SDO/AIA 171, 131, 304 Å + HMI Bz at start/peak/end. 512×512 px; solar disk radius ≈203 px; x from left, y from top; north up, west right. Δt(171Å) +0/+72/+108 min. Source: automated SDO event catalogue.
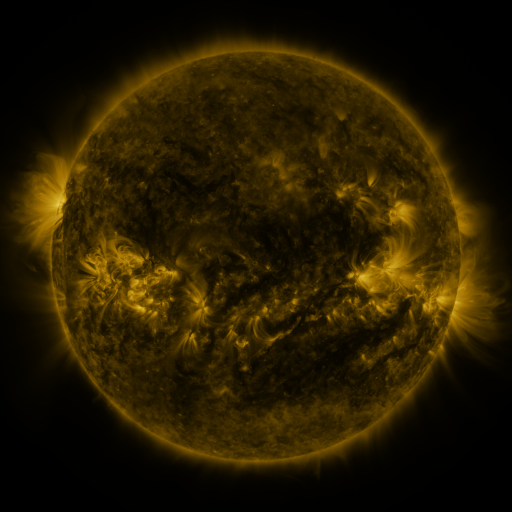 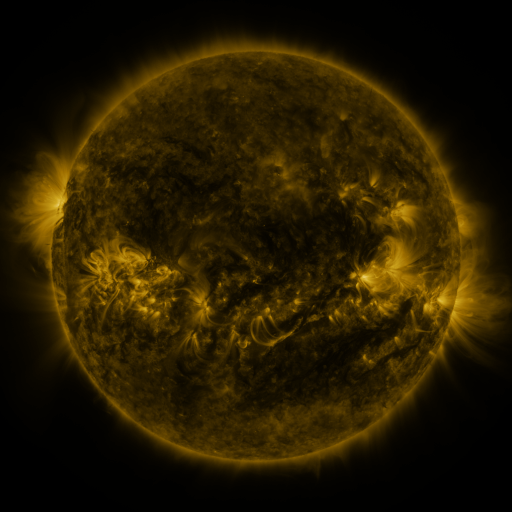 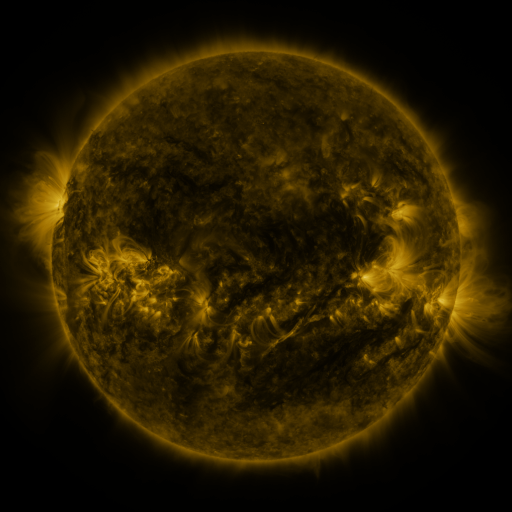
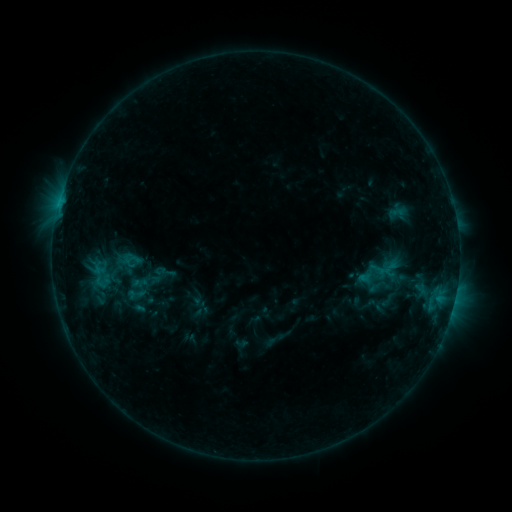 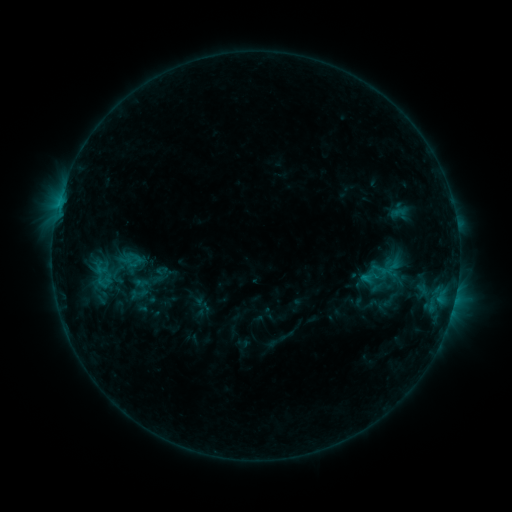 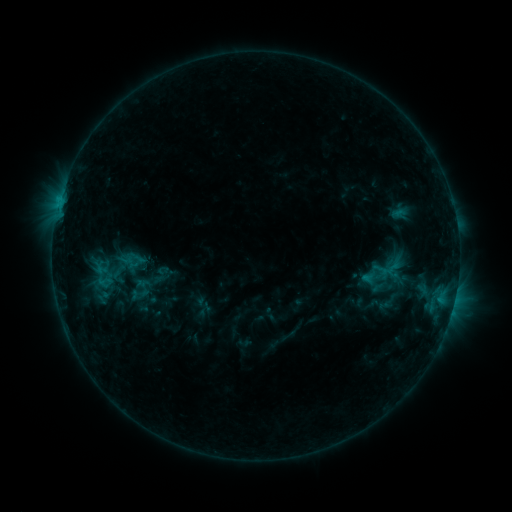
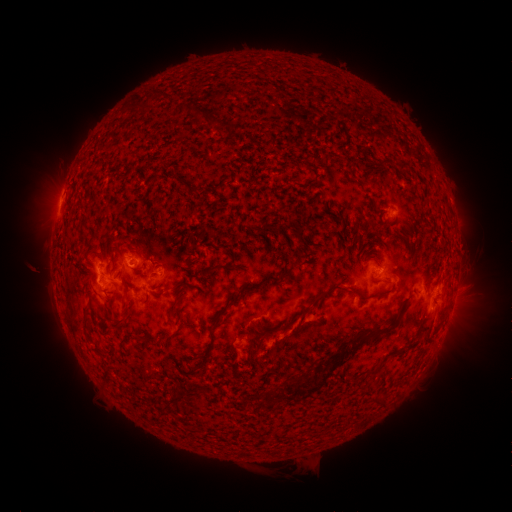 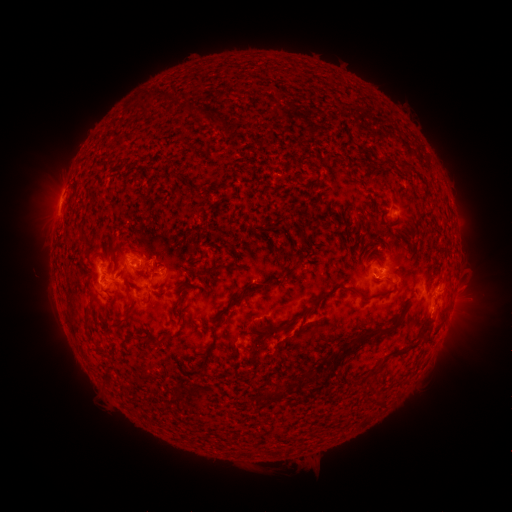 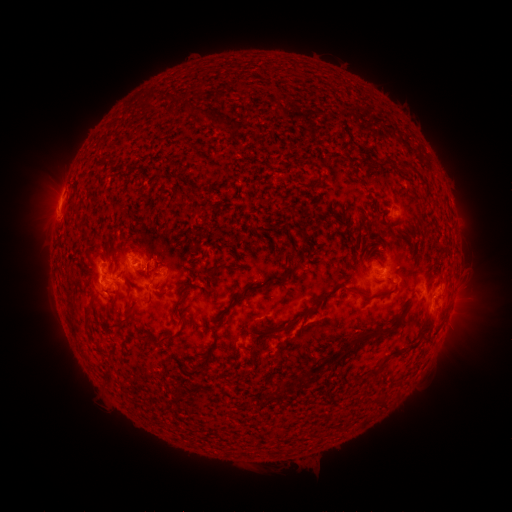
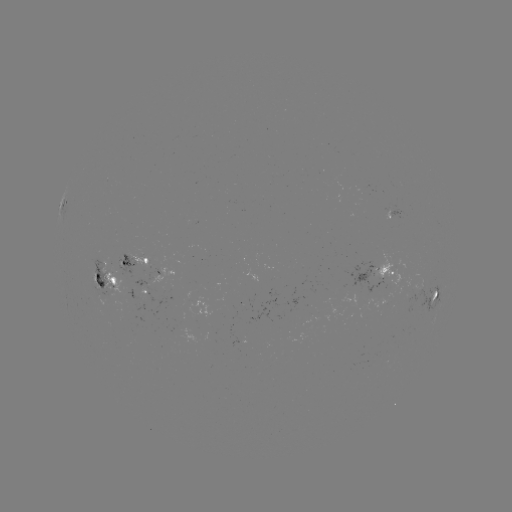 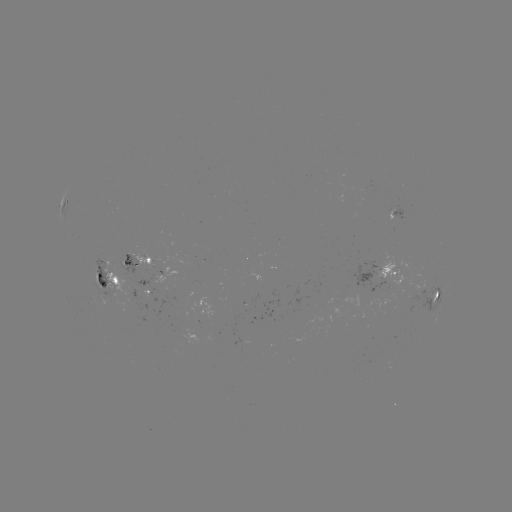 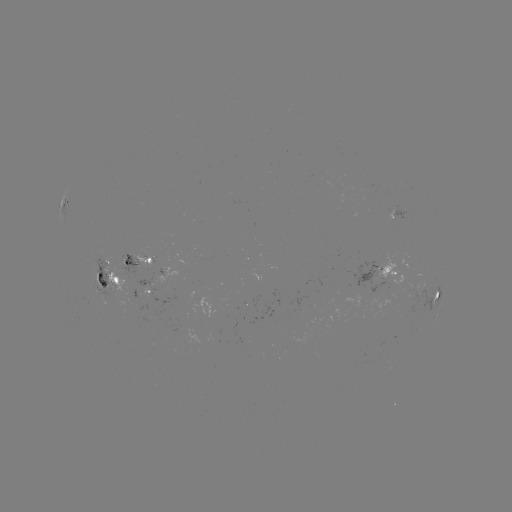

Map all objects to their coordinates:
emerging-flux region: (126, 260)
